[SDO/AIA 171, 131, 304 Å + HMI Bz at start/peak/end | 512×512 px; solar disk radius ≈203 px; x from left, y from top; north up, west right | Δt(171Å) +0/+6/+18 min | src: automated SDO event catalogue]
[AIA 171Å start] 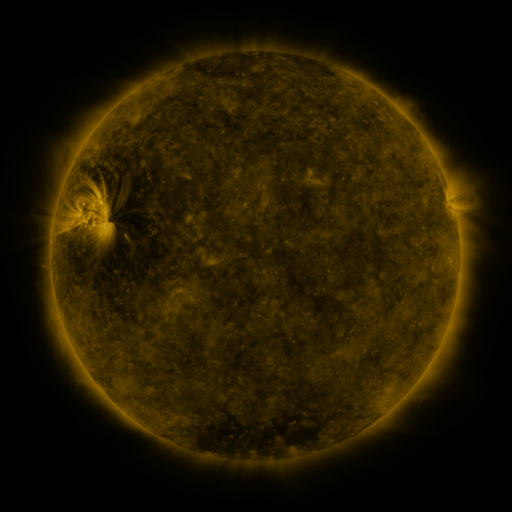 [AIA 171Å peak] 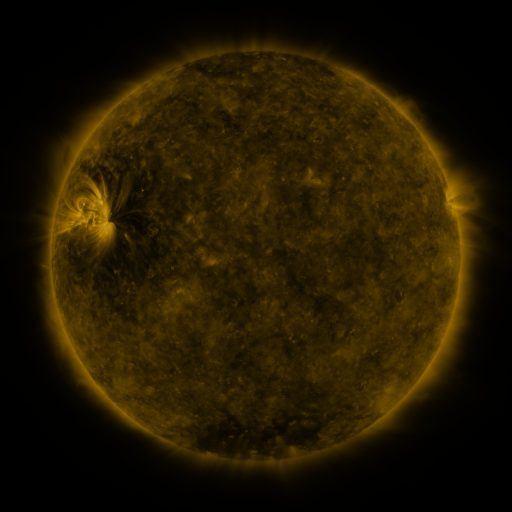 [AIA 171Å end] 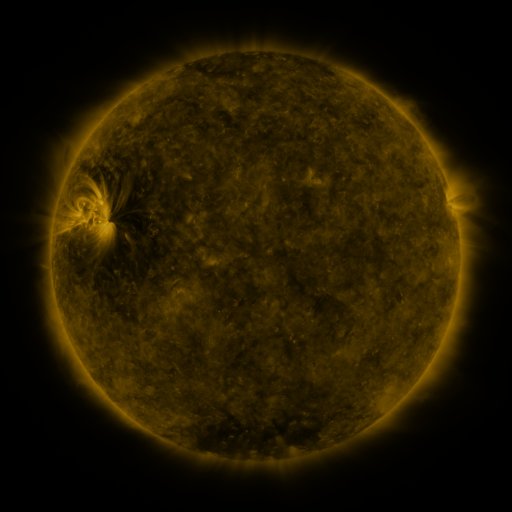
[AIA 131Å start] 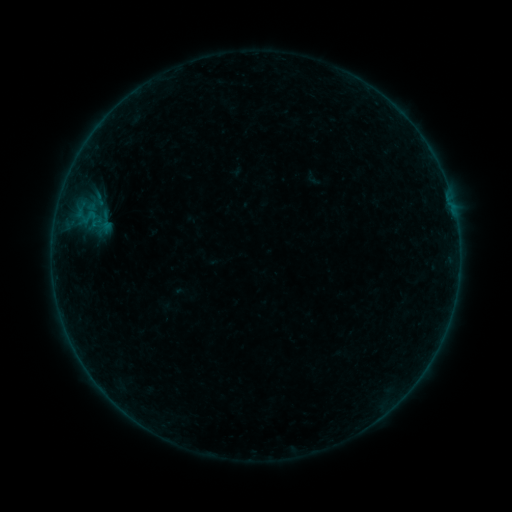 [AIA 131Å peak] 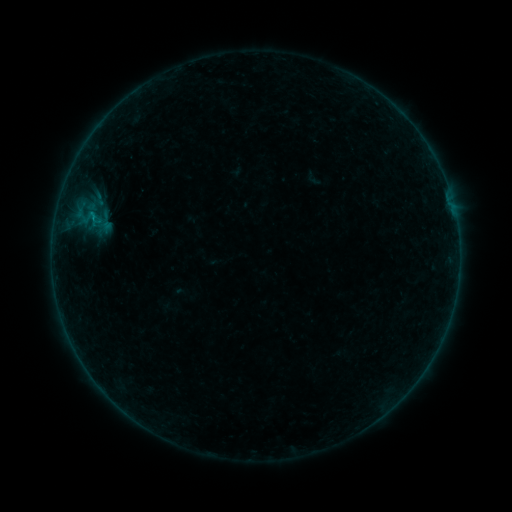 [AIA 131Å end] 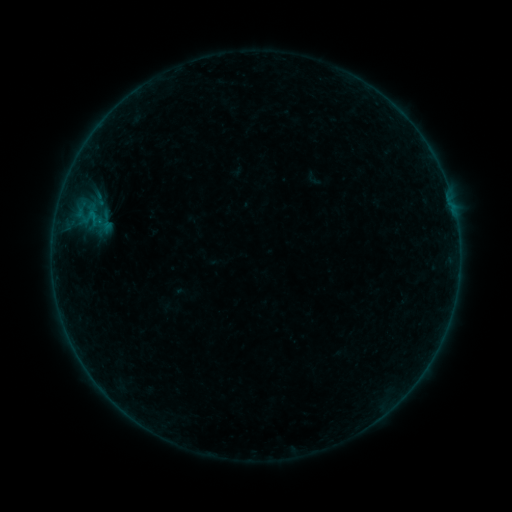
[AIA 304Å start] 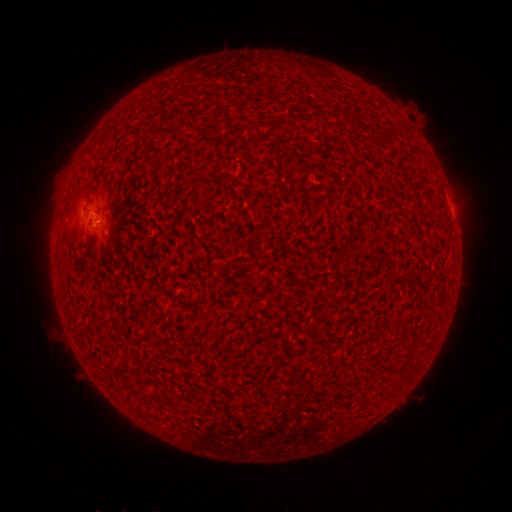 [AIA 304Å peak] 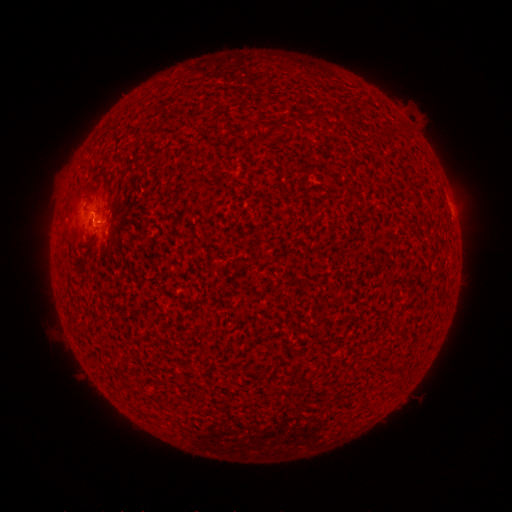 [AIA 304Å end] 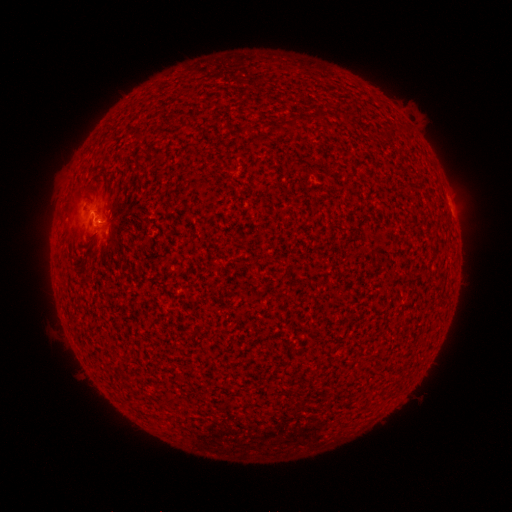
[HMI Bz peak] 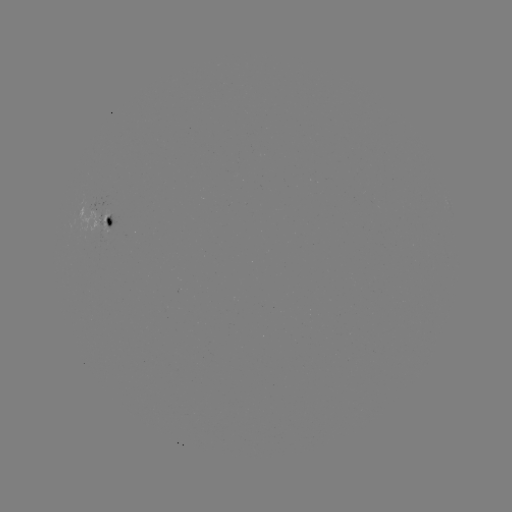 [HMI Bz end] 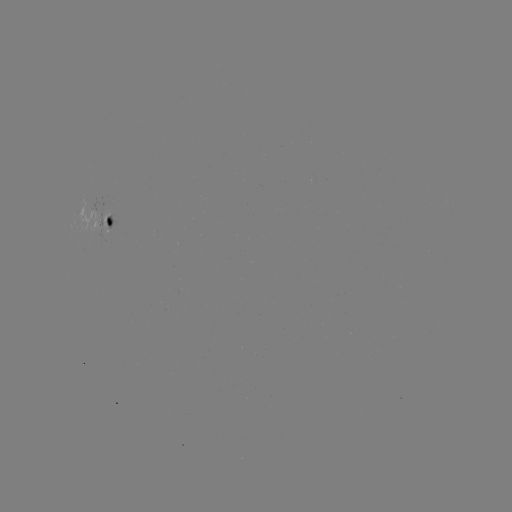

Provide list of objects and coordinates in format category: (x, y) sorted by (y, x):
B2.0 flare: (94, 218)
